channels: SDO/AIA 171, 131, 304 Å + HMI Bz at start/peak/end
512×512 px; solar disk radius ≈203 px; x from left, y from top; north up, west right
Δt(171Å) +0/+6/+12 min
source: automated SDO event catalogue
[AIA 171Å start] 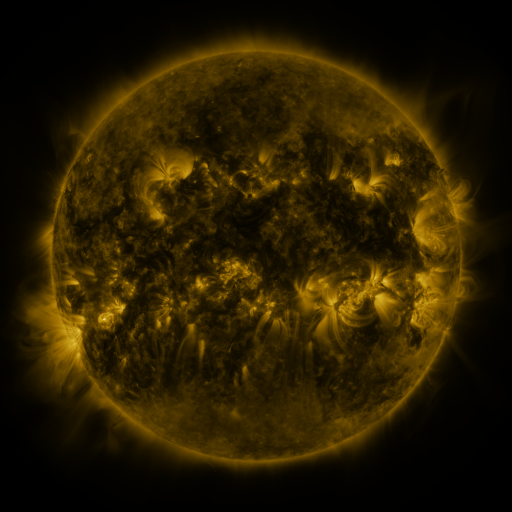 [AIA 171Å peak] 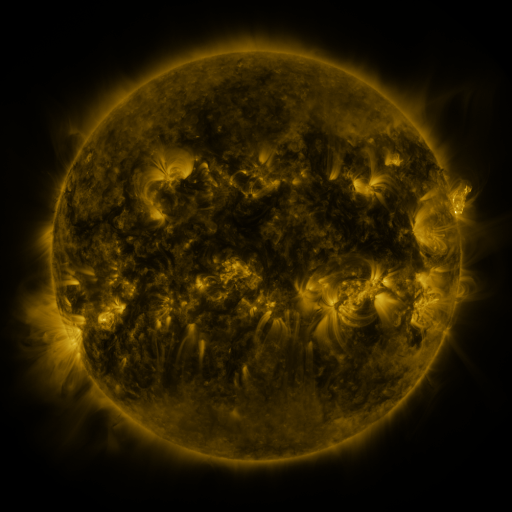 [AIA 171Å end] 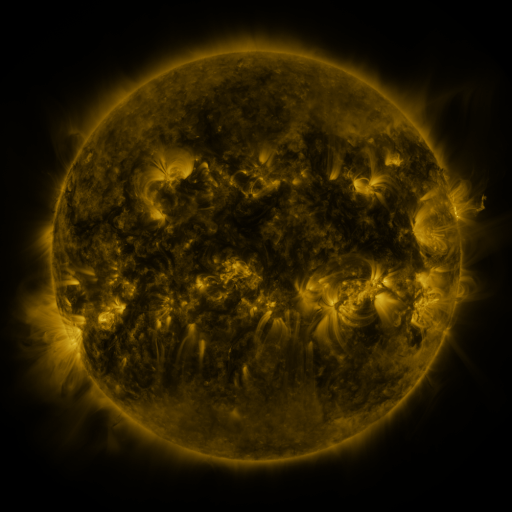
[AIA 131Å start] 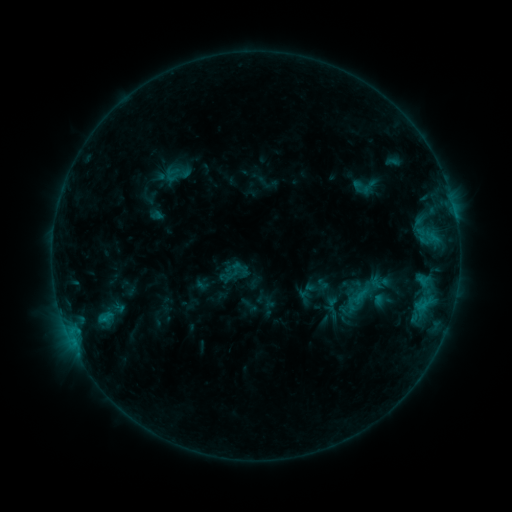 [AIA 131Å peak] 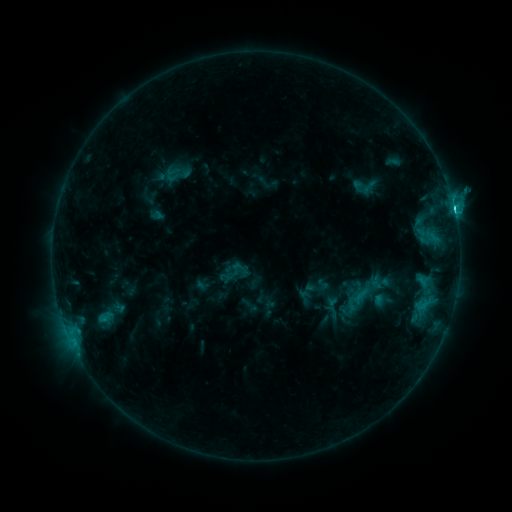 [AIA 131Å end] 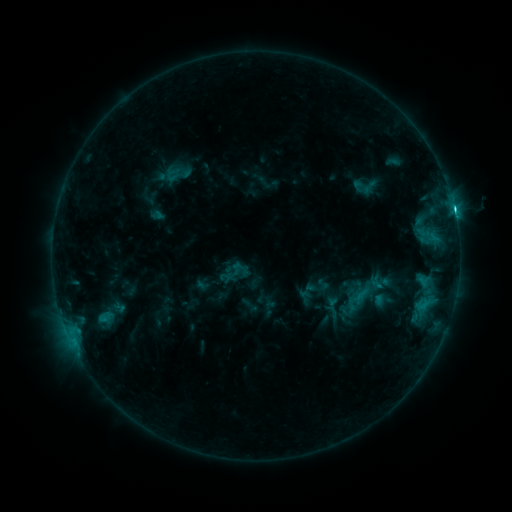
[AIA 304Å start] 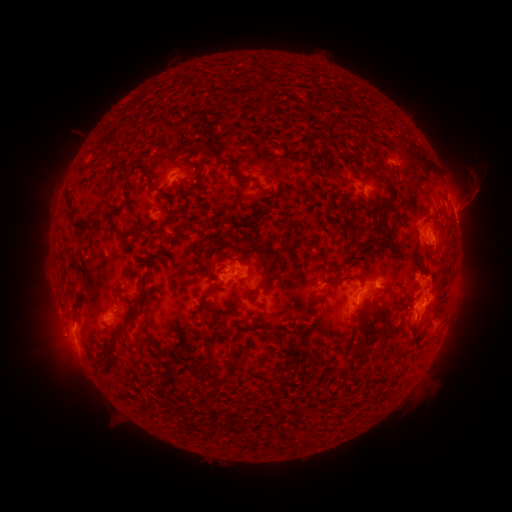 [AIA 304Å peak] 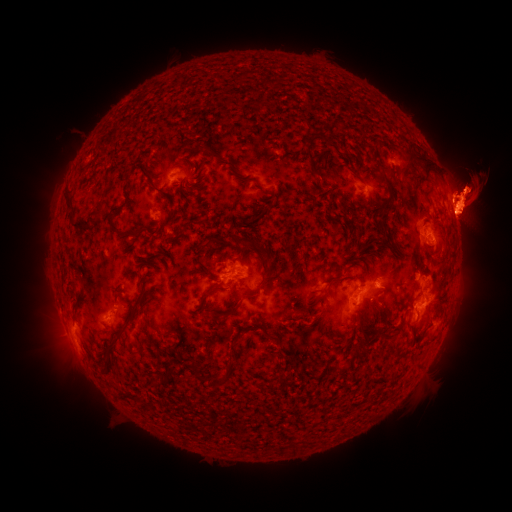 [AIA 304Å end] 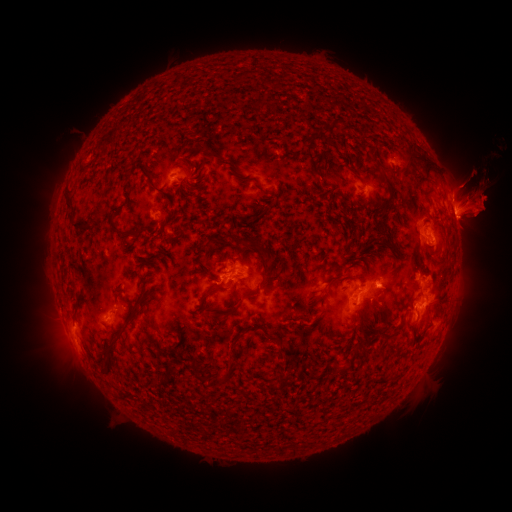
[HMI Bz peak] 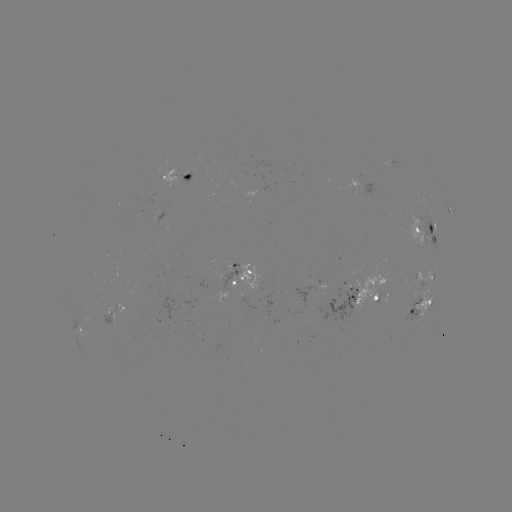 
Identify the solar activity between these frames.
C6.4 flare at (453, 209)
